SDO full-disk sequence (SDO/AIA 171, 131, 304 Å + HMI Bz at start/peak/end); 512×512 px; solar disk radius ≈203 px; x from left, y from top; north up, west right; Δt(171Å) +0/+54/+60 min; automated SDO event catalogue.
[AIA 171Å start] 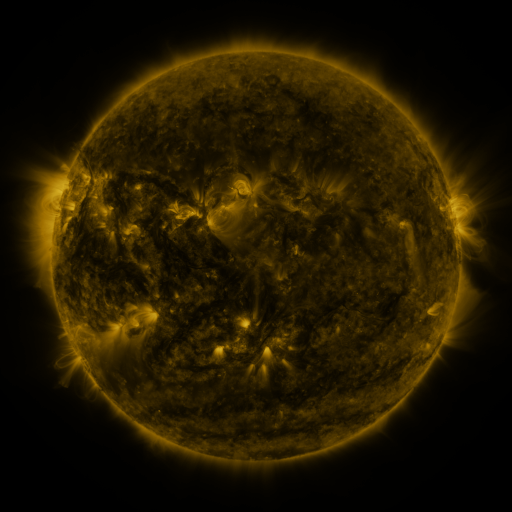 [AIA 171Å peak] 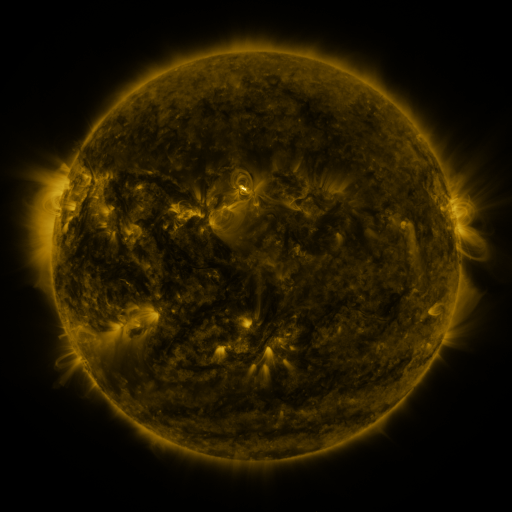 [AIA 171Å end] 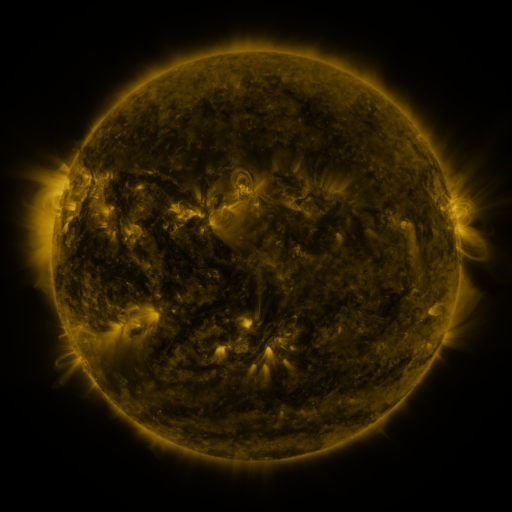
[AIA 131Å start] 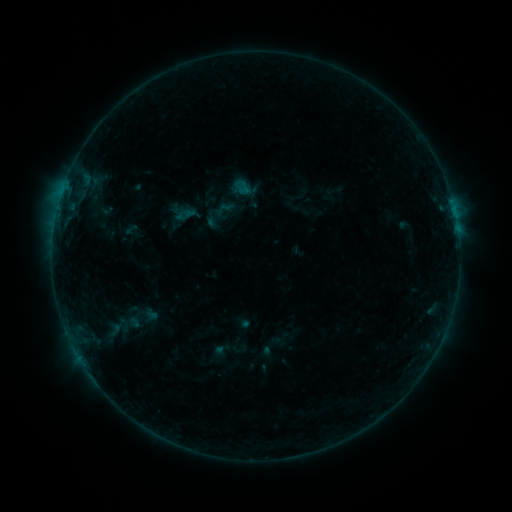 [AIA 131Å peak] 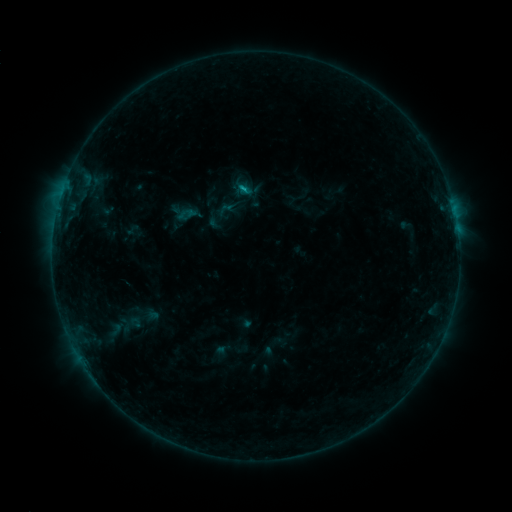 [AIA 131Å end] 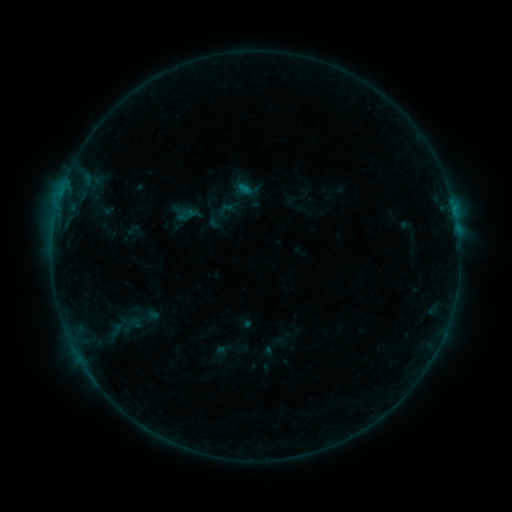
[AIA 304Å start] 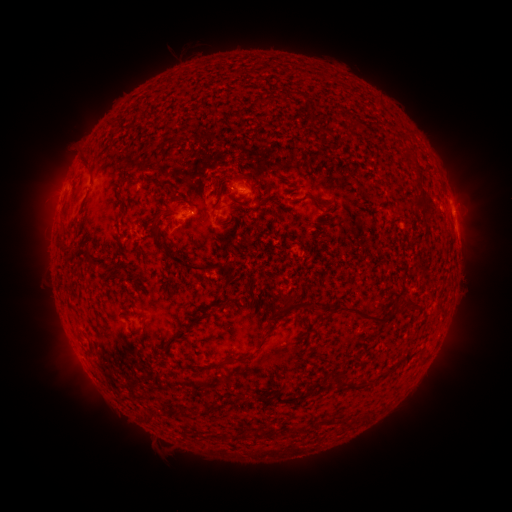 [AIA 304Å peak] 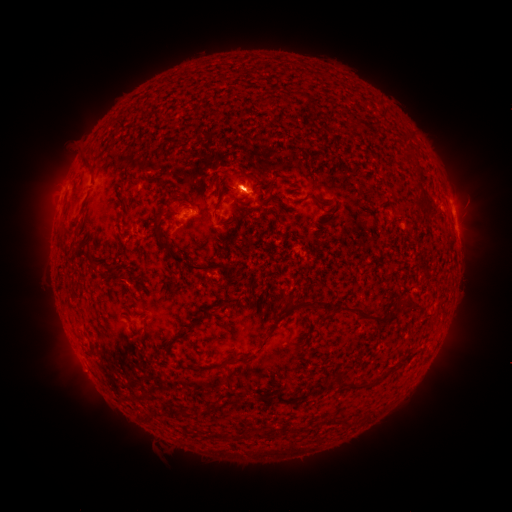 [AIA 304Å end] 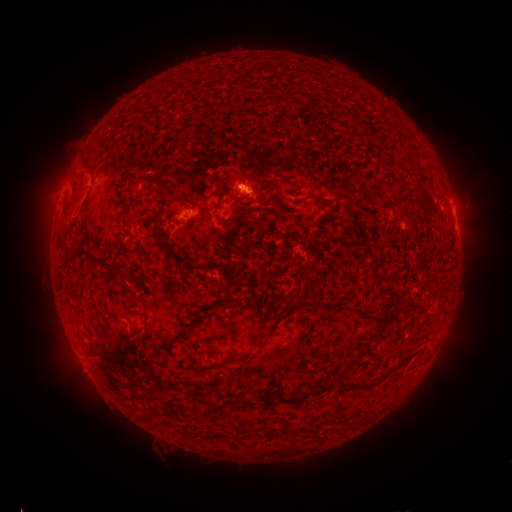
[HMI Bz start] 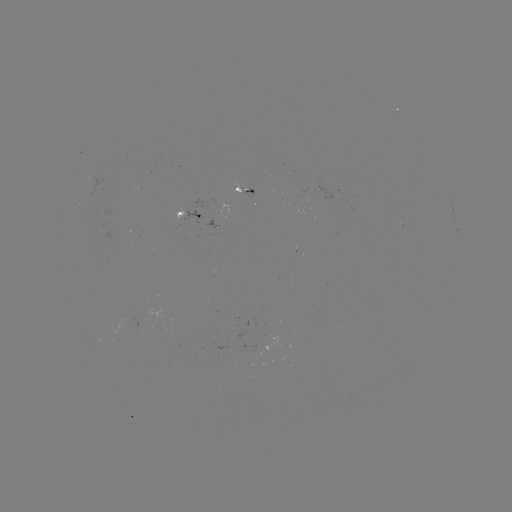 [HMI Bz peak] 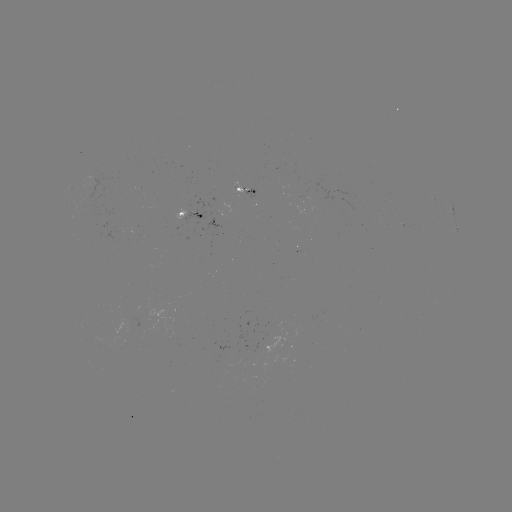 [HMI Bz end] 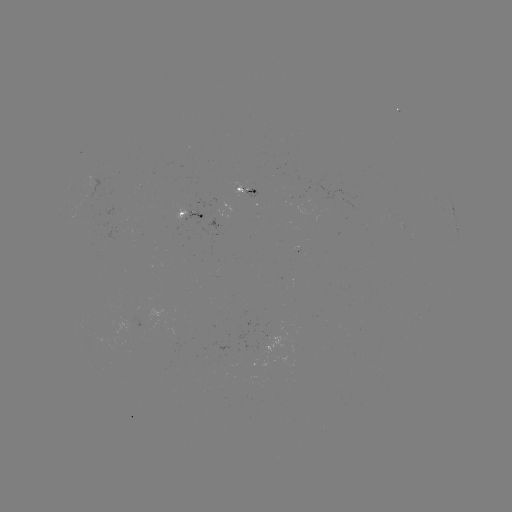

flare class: B3.7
